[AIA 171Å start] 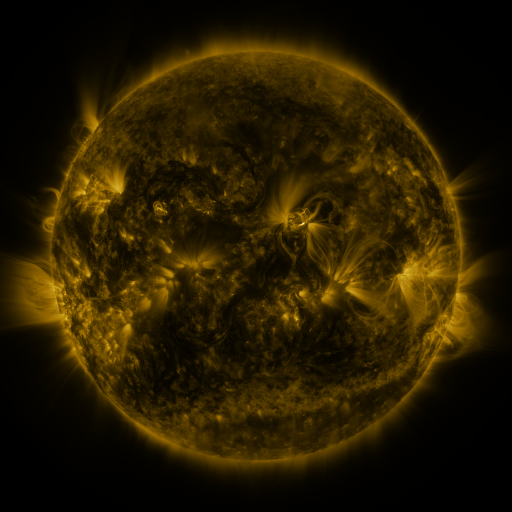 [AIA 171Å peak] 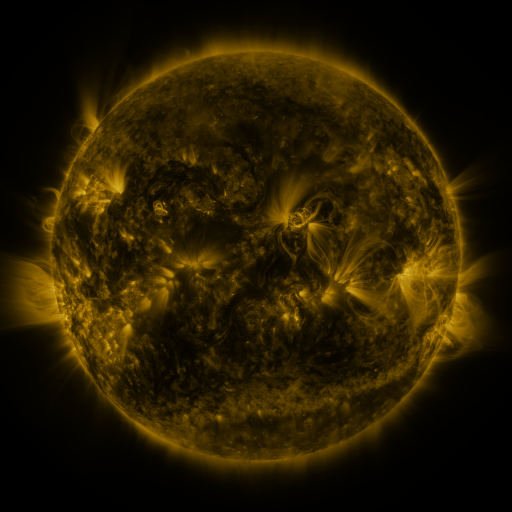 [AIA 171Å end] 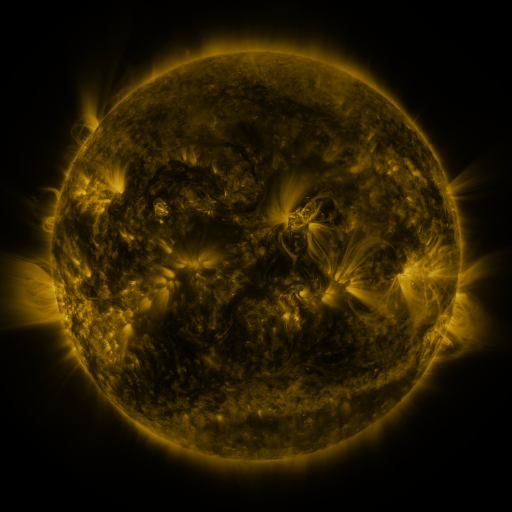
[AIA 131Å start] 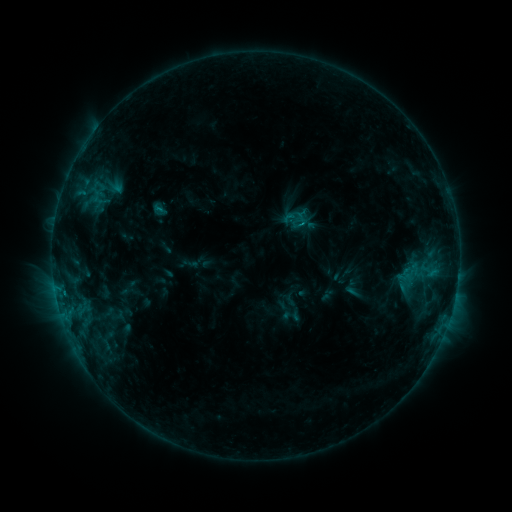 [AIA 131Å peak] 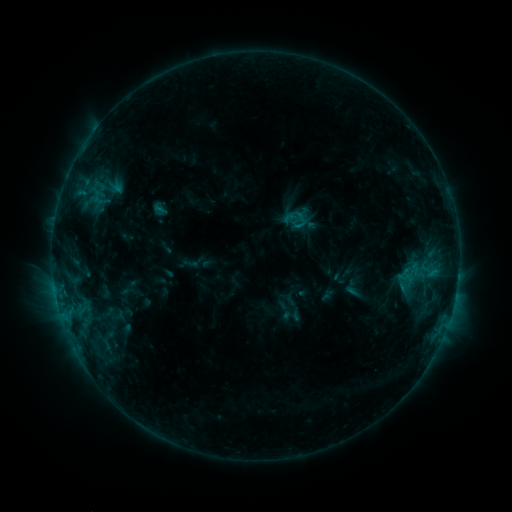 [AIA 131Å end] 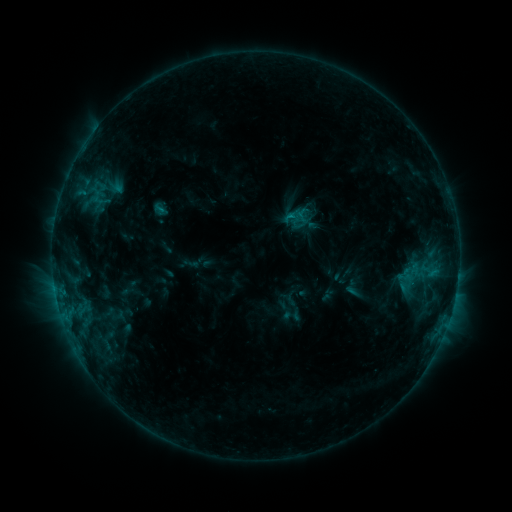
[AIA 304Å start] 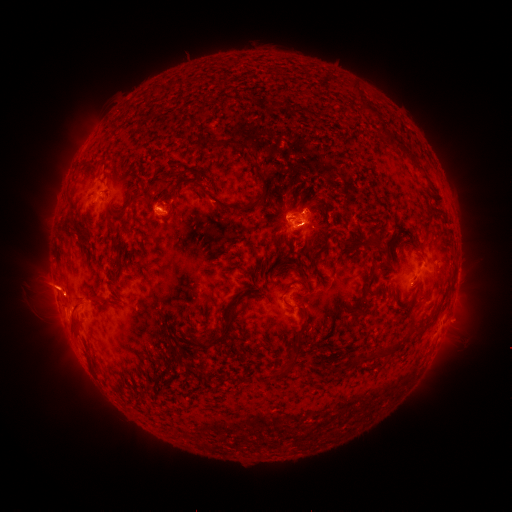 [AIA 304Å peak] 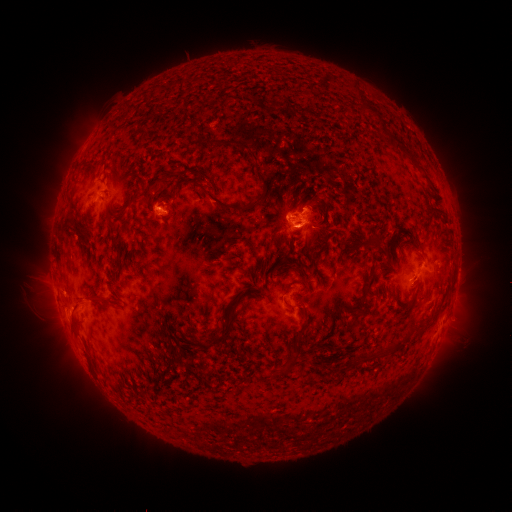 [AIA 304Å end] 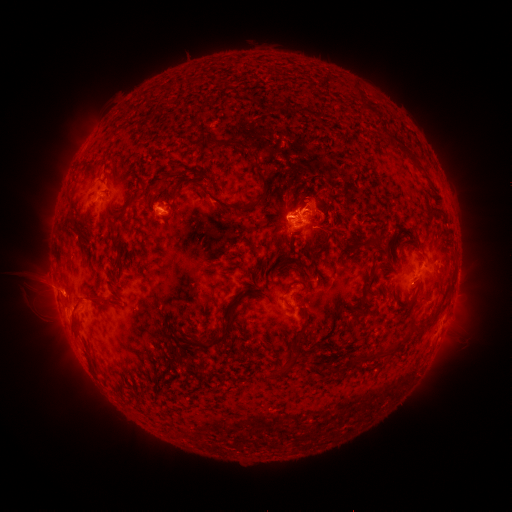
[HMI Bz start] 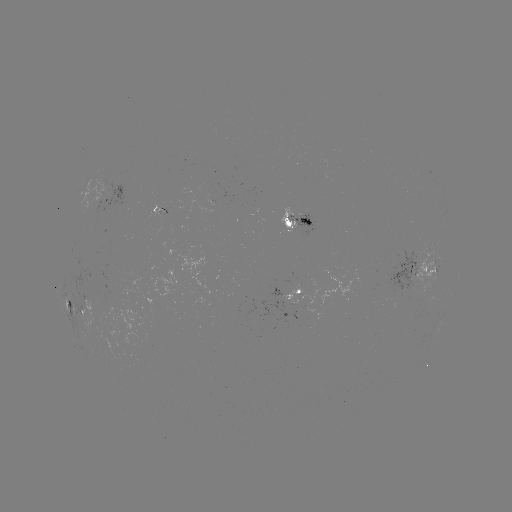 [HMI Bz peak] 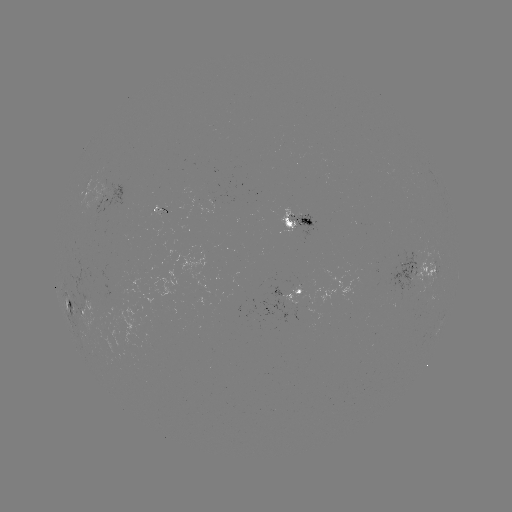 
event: eruption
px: (307, 202)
